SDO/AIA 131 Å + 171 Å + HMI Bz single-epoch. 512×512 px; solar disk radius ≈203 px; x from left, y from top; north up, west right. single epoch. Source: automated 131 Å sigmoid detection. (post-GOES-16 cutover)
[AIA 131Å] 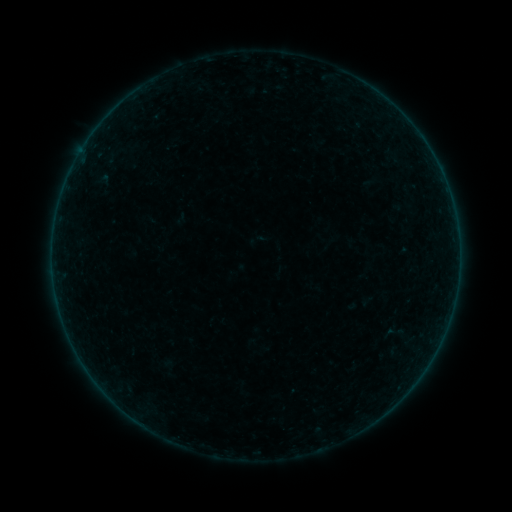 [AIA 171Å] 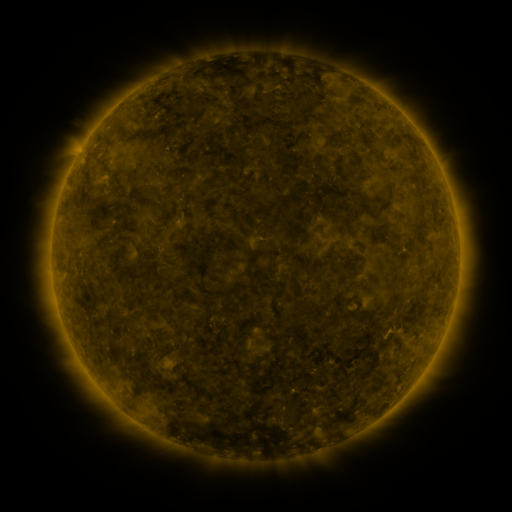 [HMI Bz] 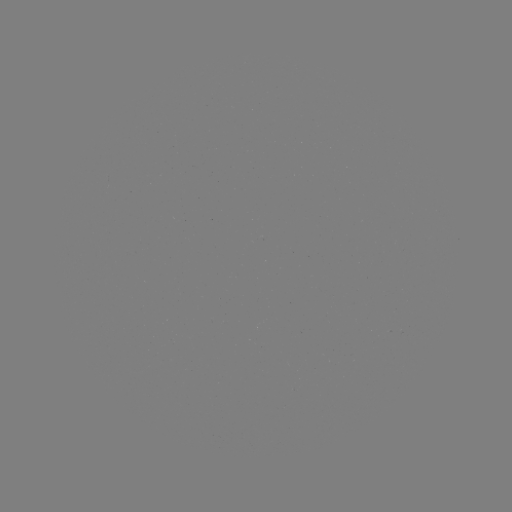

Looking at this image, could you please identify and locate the sigmoid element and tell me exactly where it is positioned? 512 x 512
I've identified sigmoid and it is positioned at [167, 367].